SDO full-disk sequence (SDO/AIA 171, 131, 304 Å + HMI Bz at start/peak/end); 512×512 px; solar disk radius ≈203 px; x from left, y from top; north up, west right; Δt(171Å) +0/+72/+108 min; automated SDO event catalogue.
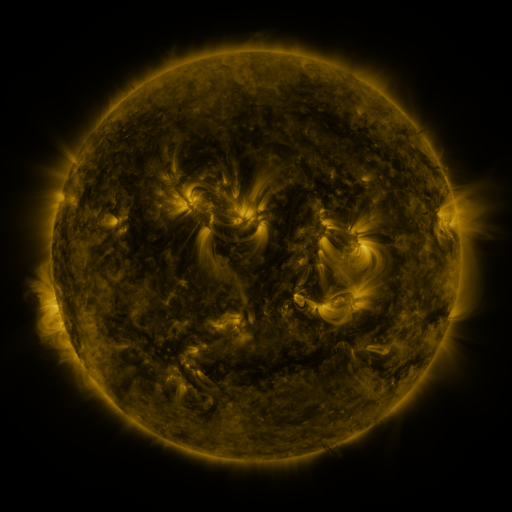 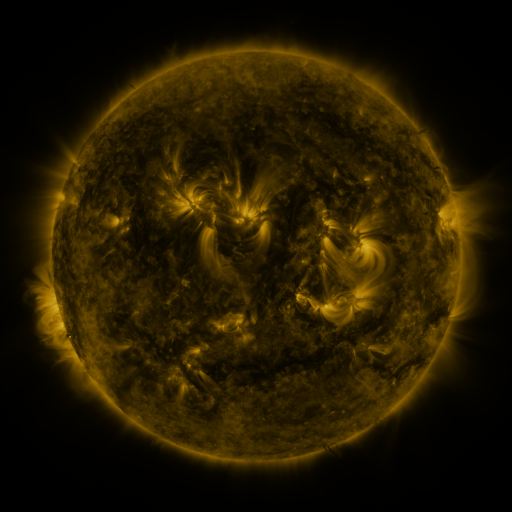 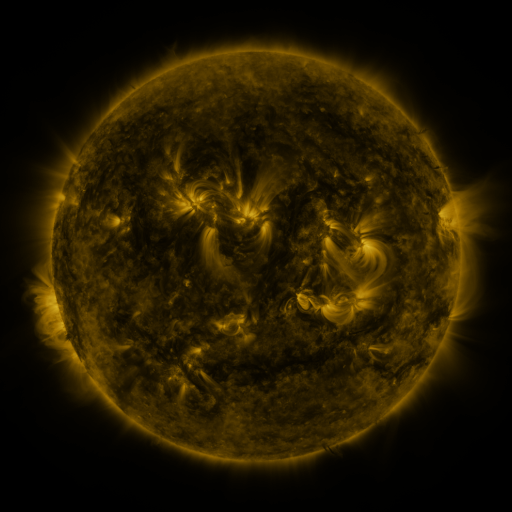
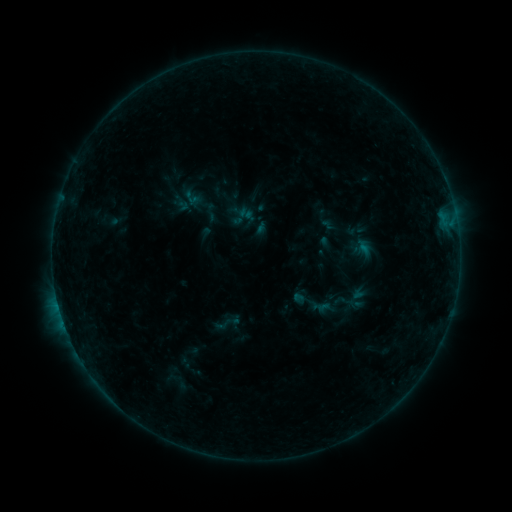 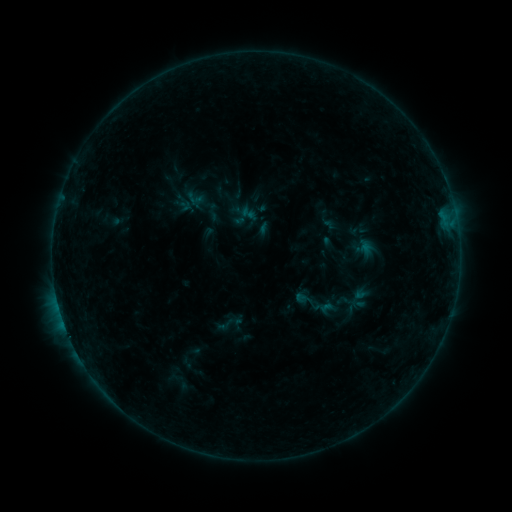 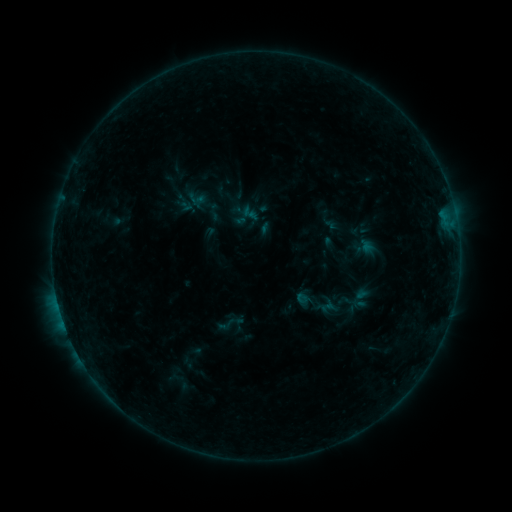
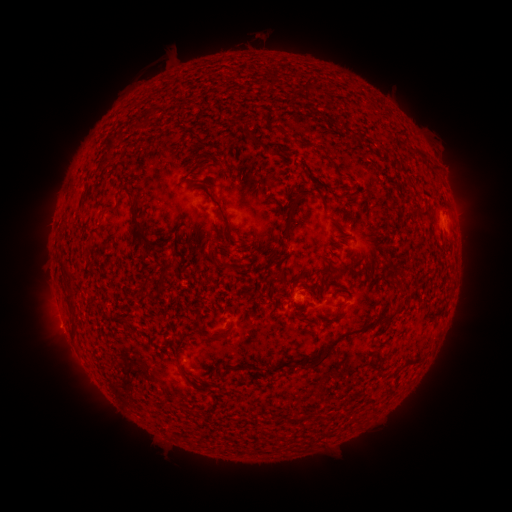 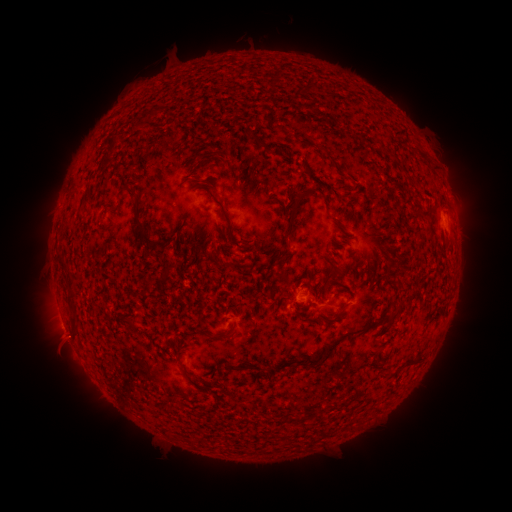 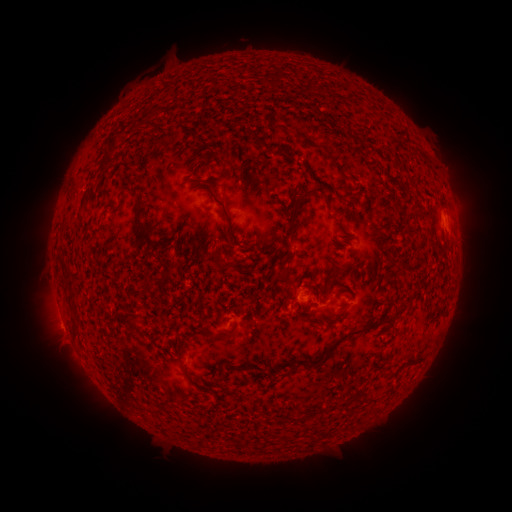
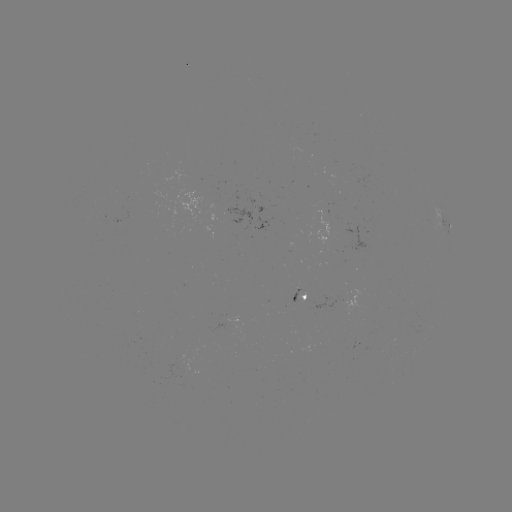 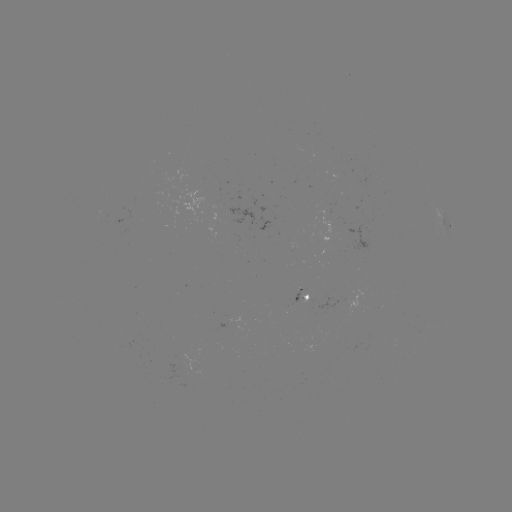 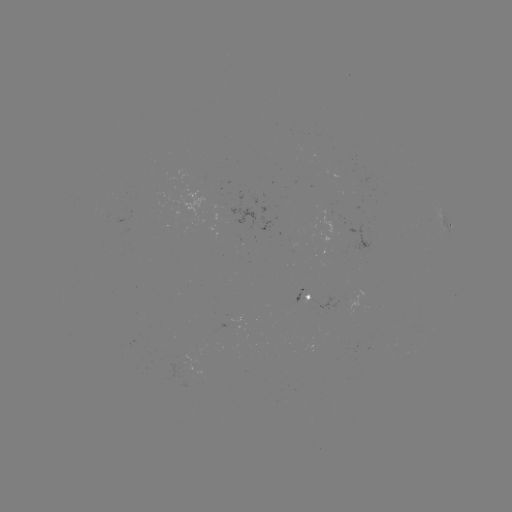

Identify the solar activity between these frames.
emerging-flux region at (174, 208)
